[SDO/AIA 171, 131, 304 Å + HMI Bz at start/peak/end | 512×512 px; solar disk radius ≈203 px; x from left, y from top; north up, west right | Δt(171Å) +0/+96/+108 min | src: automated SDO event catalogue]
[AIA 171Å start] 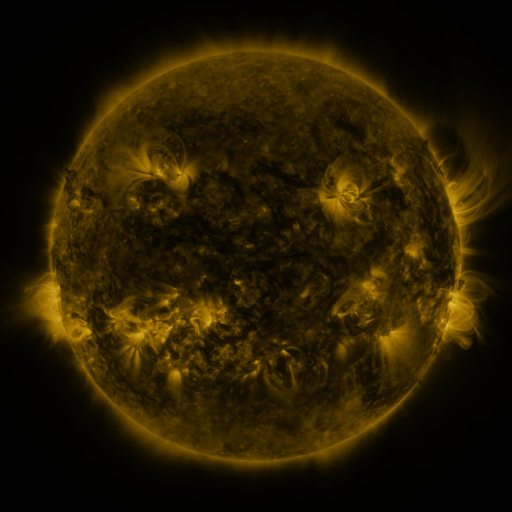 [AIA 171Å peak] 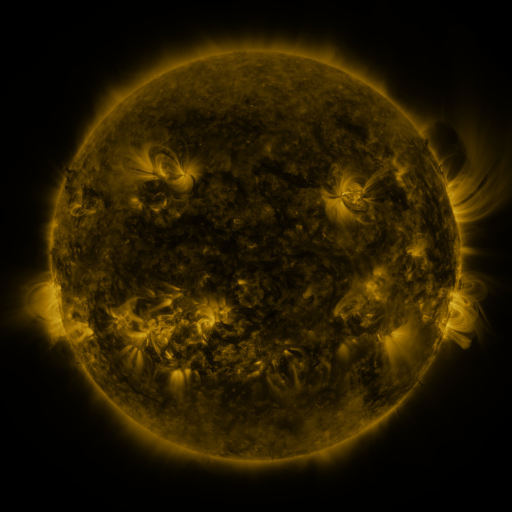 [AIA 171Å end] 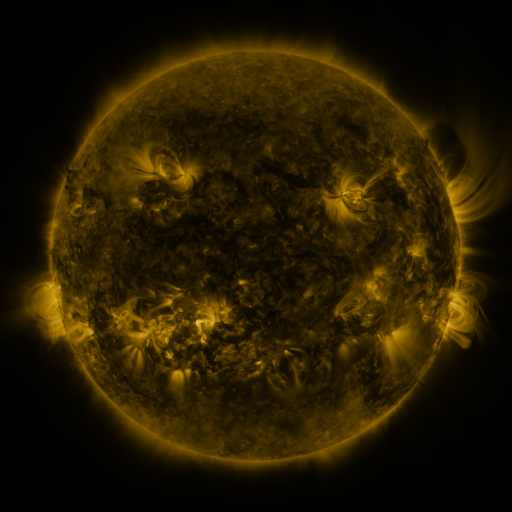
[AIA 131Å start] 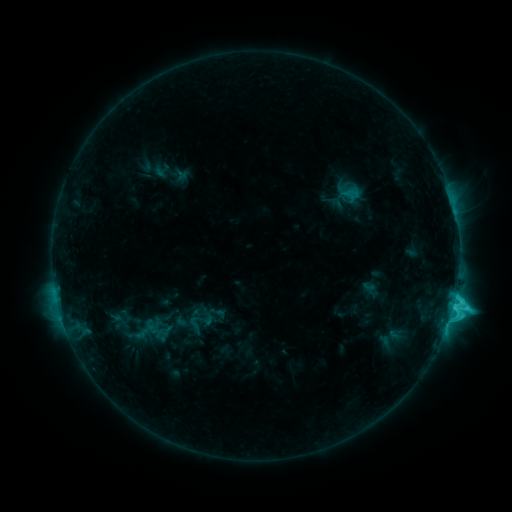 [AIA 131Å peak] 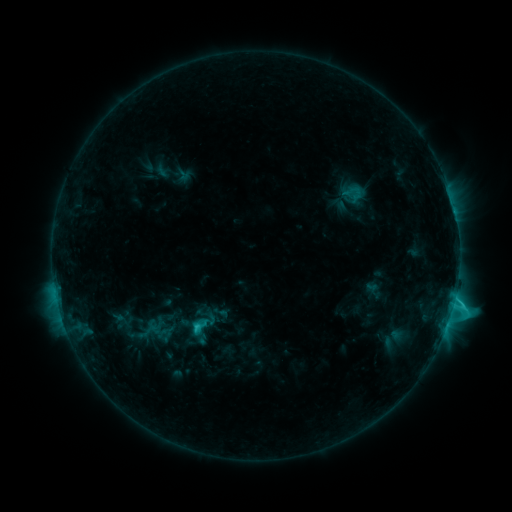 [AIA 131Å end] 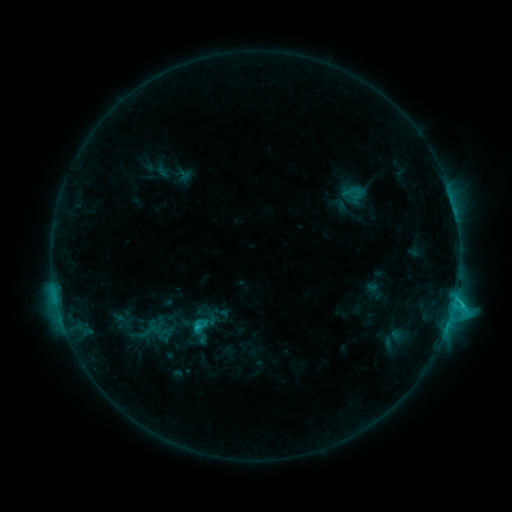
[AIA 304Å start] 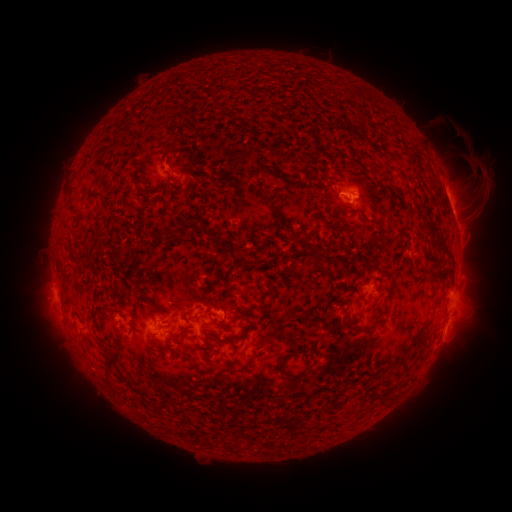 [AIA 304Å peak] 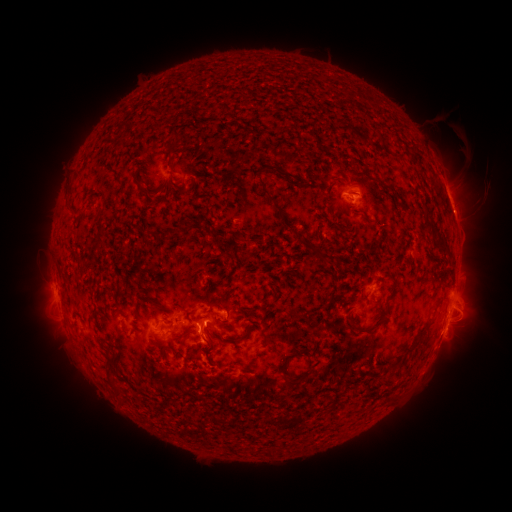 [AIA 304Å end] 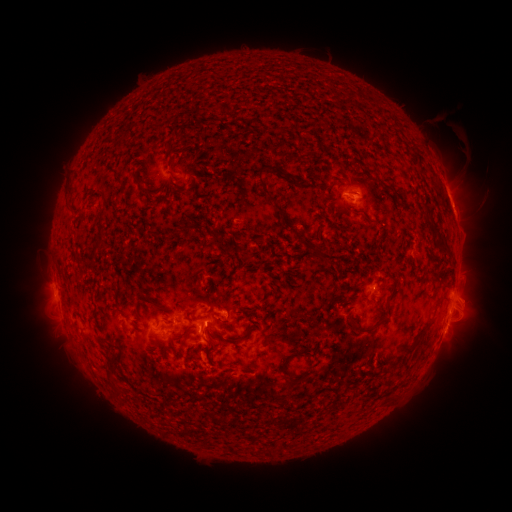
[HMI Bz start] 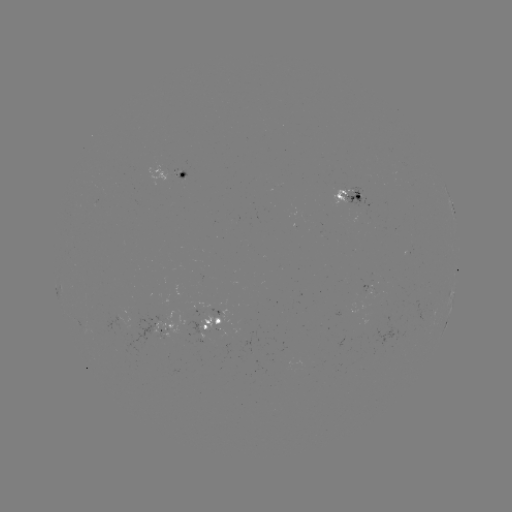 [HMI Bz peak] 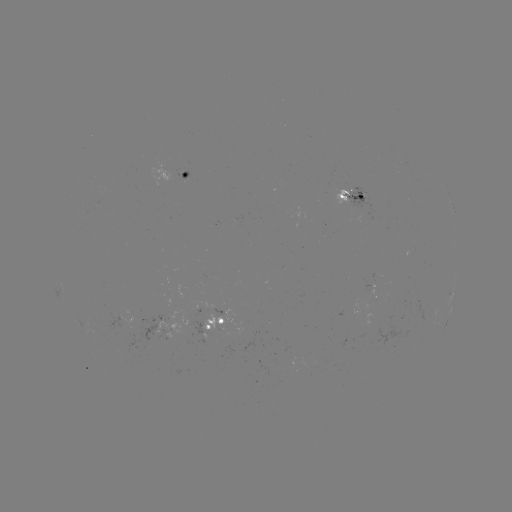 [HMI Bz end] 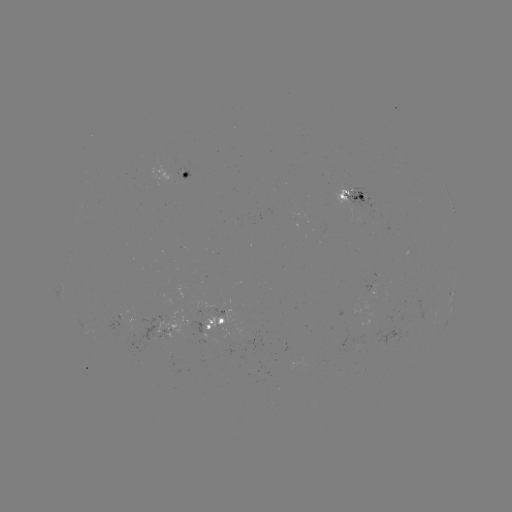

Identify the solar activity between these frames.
emerging-flux region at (345, 192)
